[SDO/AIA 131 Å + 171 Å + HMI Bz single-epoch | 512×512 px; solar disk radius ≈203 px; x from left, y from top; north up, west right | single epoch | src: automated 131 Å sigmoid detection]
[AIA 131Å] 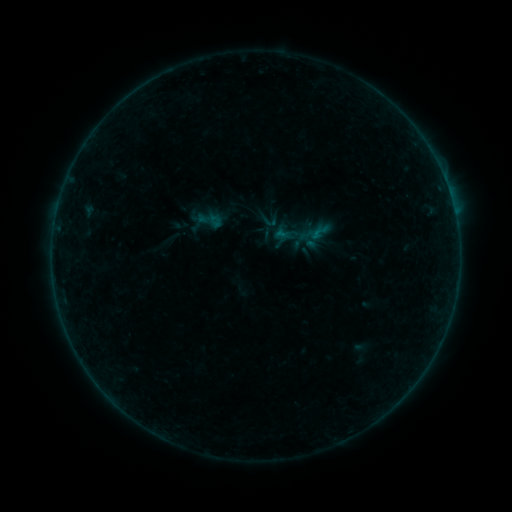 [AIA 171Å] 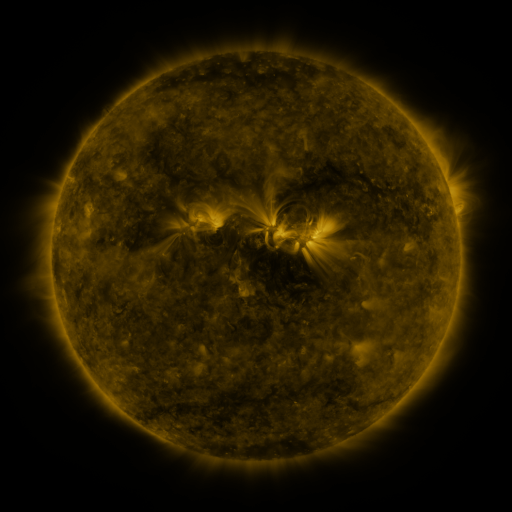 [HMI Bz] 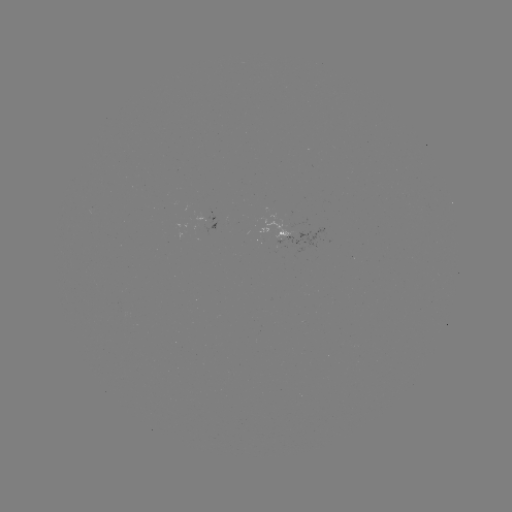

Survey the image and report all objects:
sigmoid: (210, 220)
